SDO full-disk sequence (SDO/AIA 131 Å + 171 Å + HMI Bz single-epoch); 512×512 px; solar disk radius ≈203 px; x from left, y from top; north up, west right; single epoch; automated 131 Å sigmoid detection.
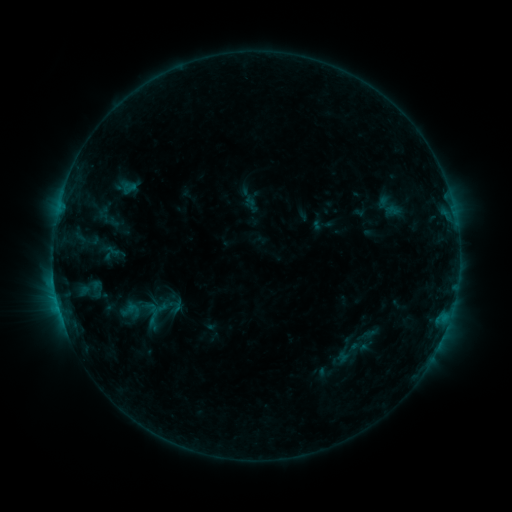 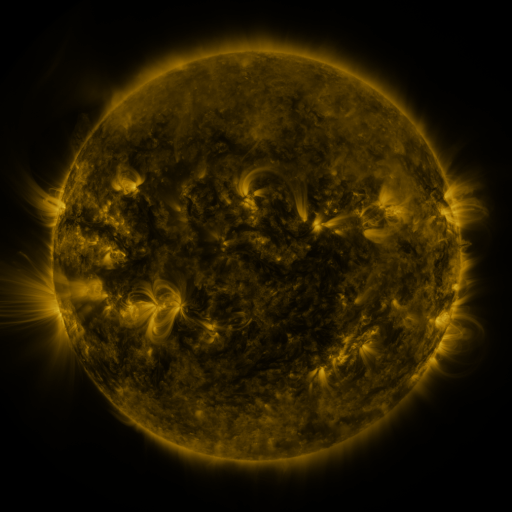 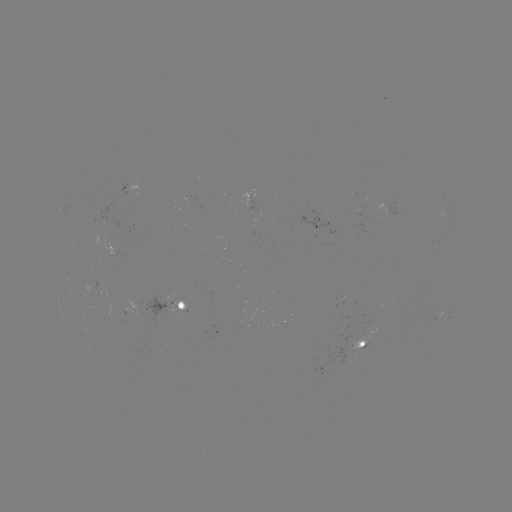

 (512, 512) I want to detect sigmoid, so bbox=[333, 338, 362, 367].